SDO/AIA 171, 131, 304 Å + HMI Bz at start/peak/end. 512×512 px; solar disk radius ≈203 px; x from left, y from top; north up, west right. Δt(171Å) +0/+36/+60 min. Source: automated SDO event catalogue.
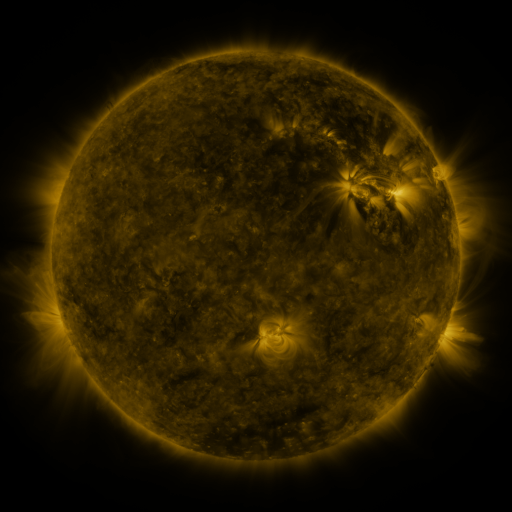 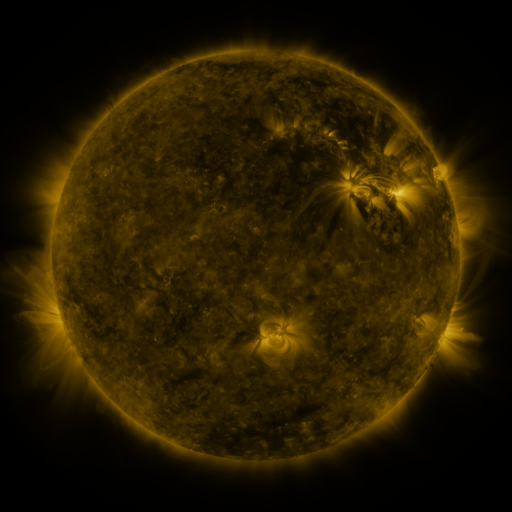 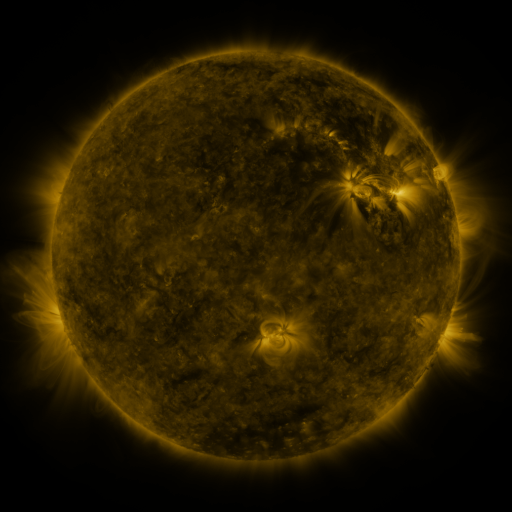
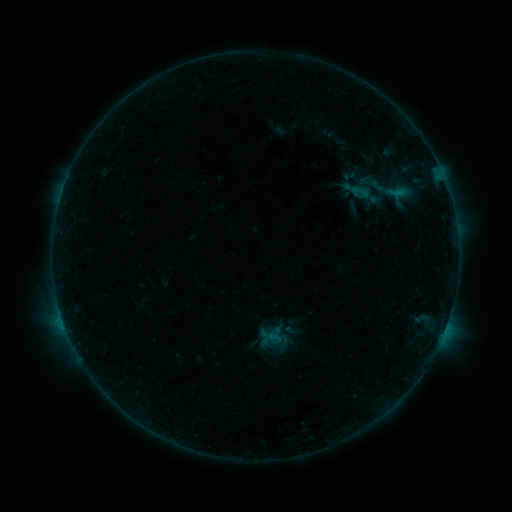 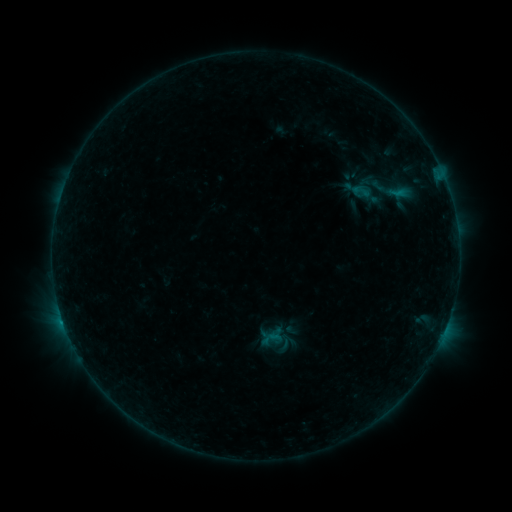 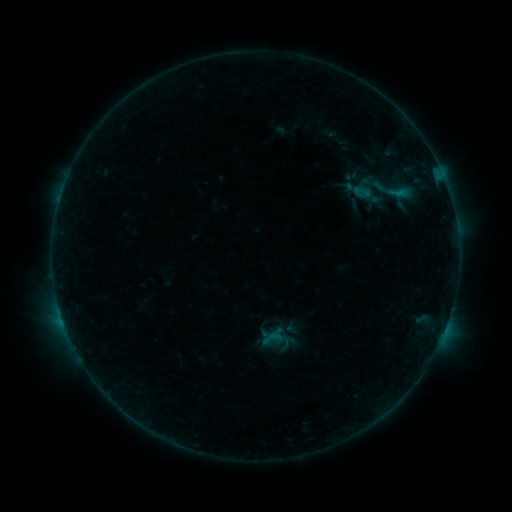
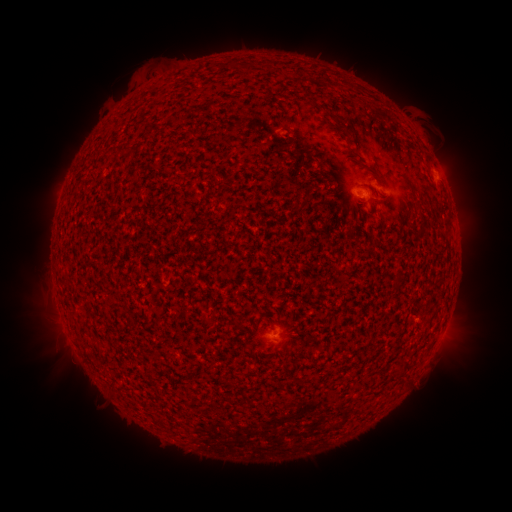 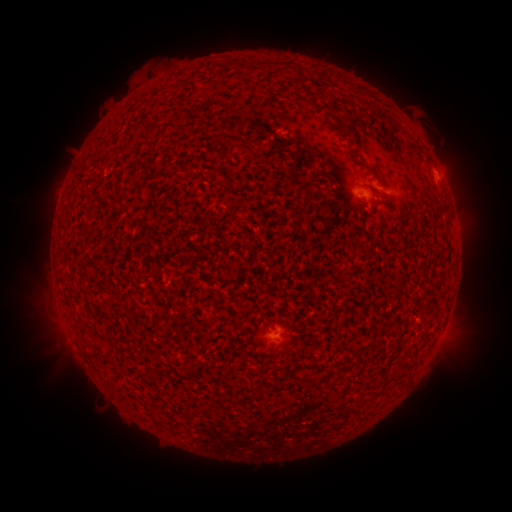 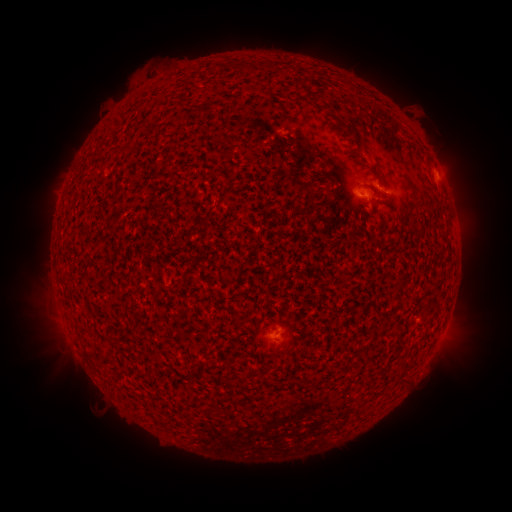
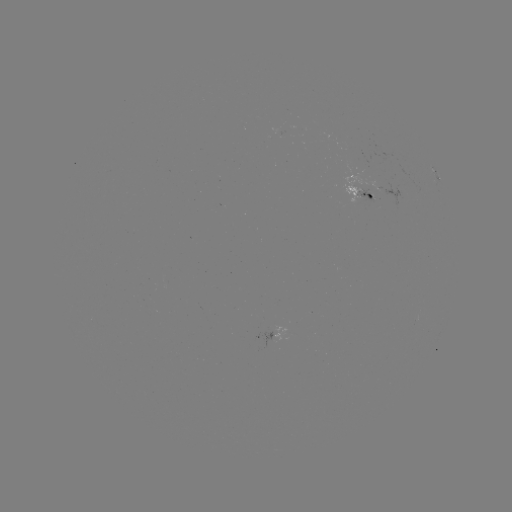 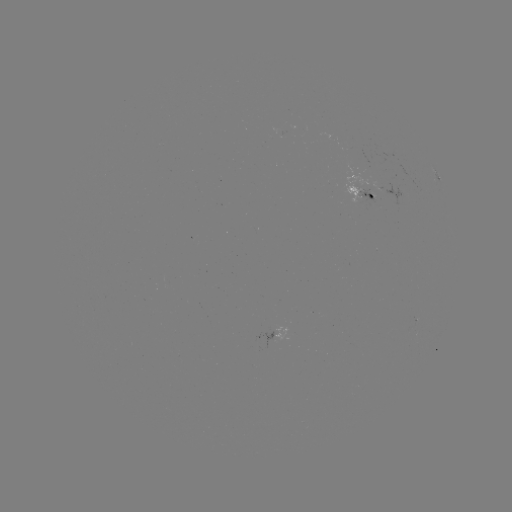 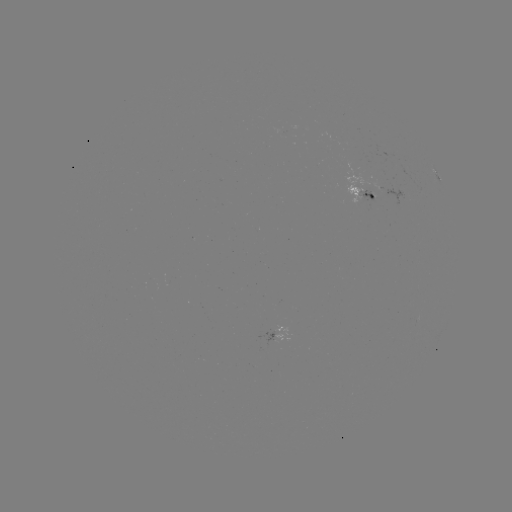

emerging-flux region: <bbox>356, 182, 374, 202</bbox>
